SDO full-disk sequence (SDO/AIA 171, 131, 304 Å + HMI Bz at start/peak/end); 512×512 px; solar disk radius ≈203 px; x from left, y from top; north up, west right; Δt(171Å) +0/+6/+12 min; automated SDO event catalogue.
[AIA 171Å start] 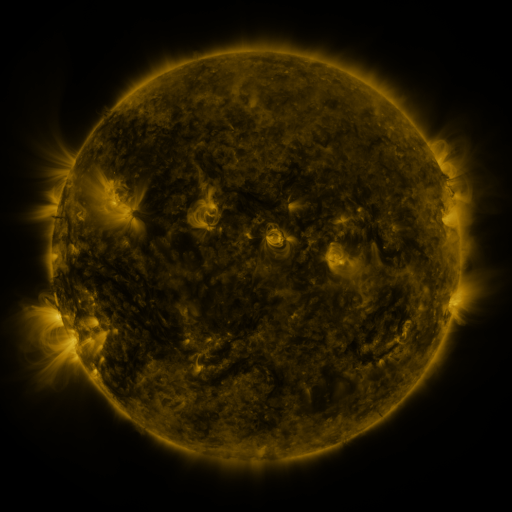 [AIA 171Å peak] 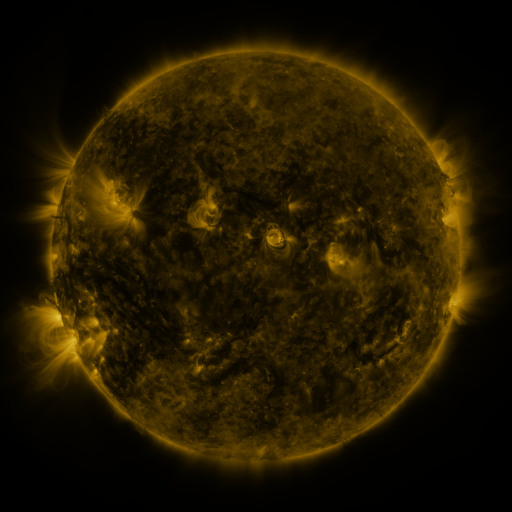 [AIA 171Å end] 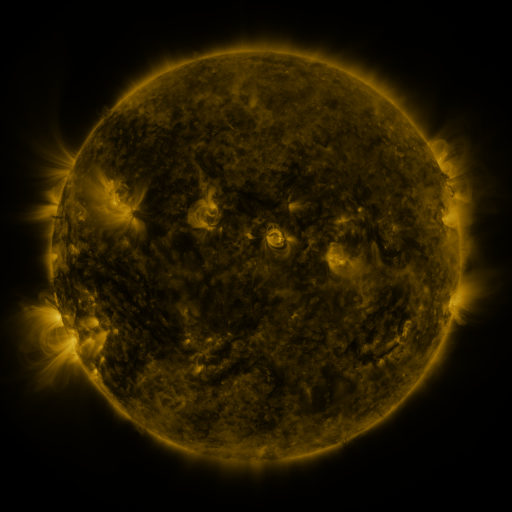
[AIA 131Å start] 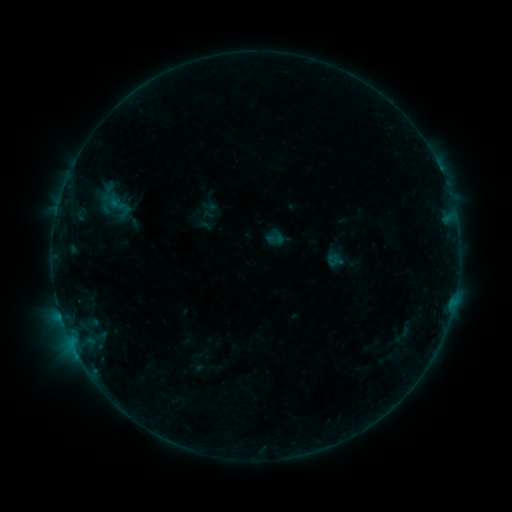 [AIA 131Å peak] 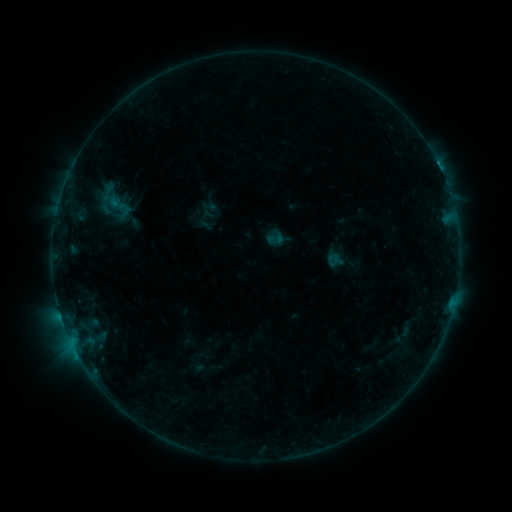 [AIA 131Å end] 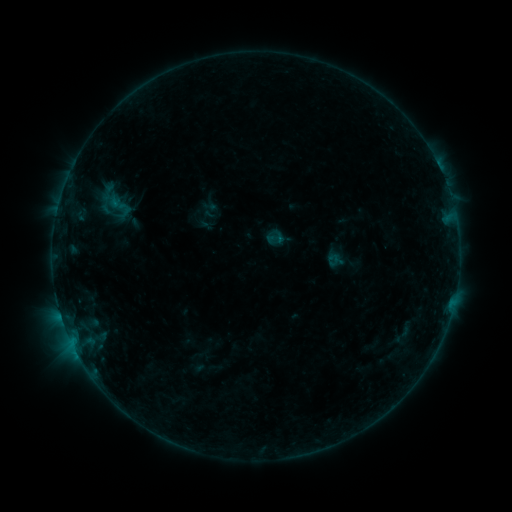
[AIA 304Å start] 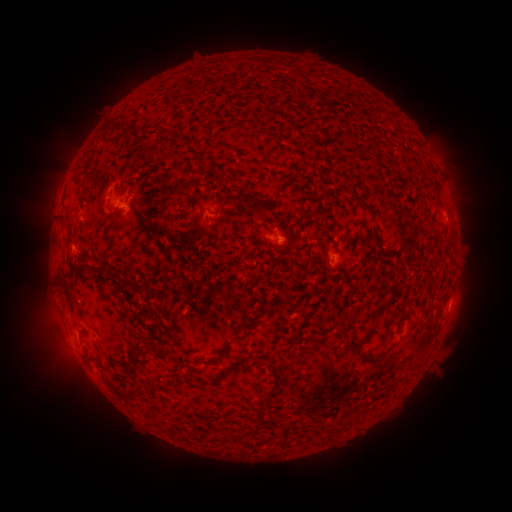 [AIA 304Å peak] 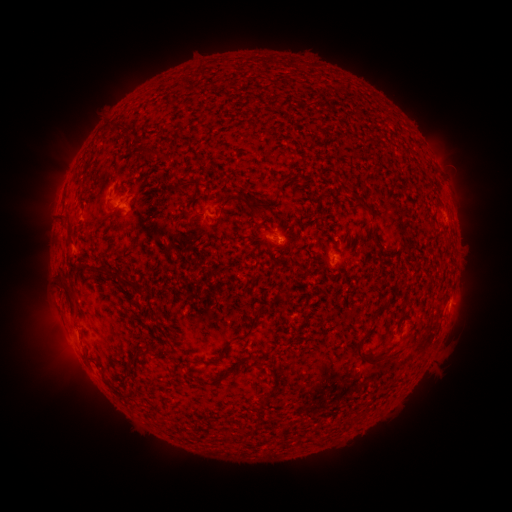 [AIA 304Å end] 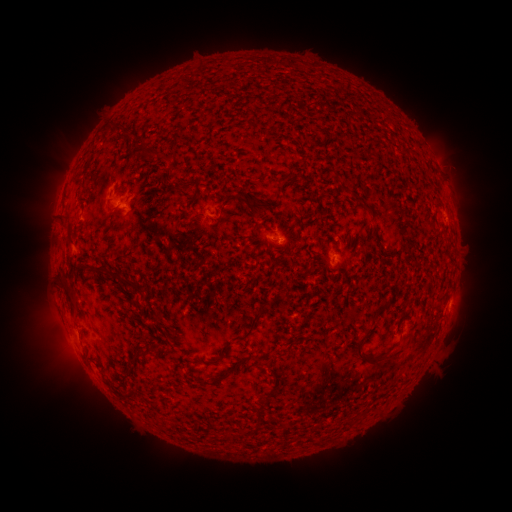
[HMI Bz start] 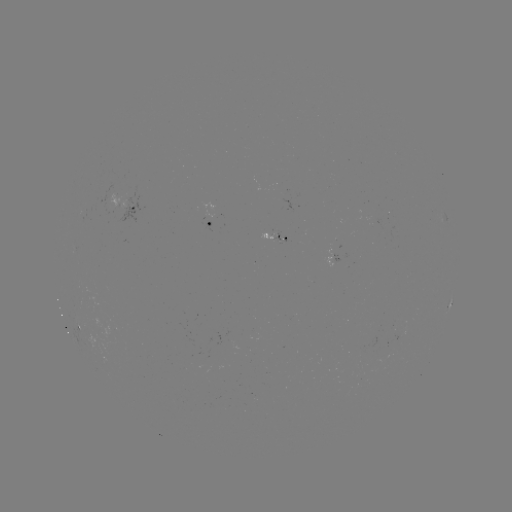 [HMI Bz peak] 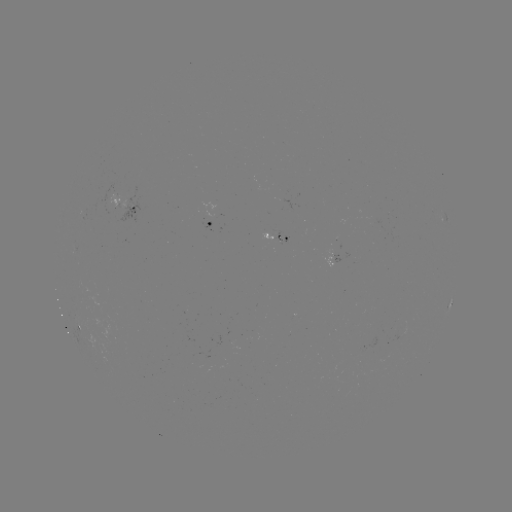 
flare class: B3.4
